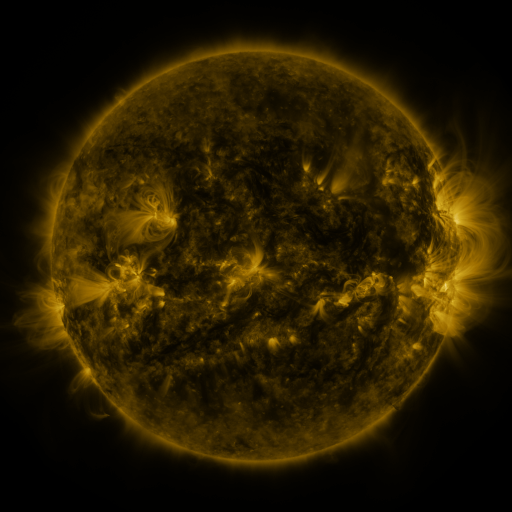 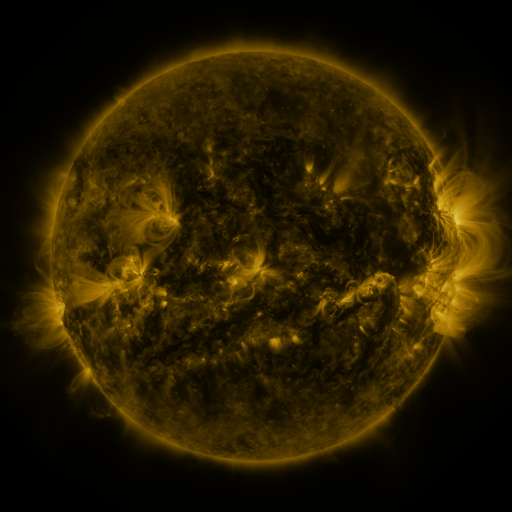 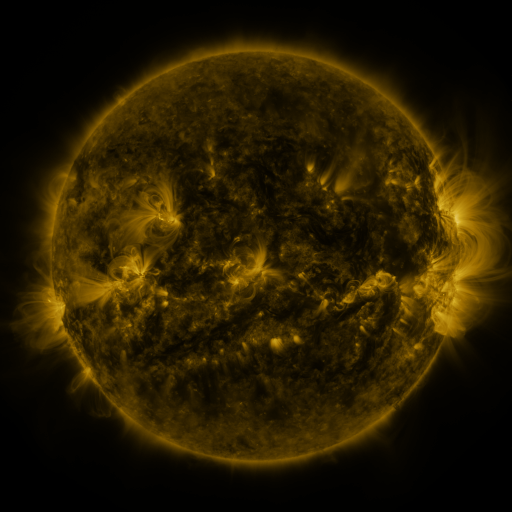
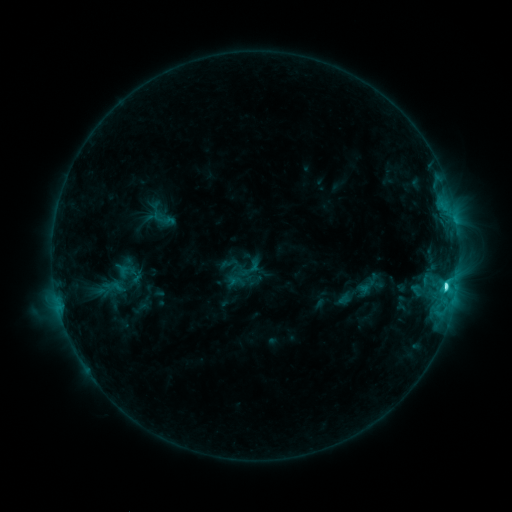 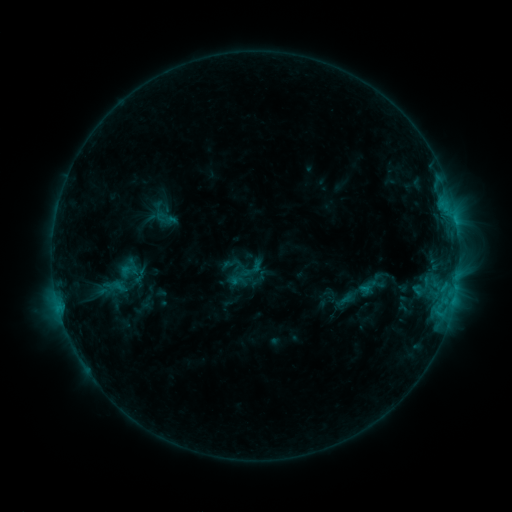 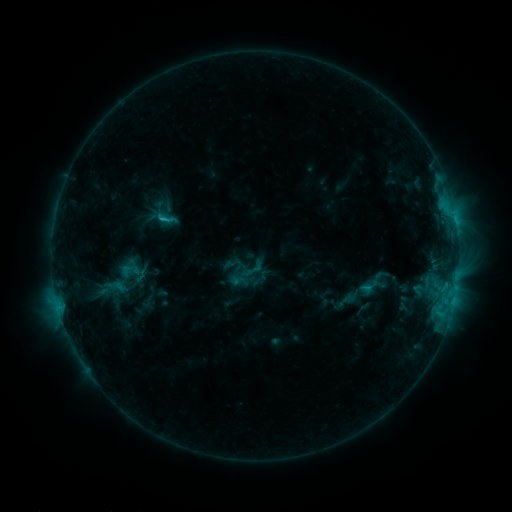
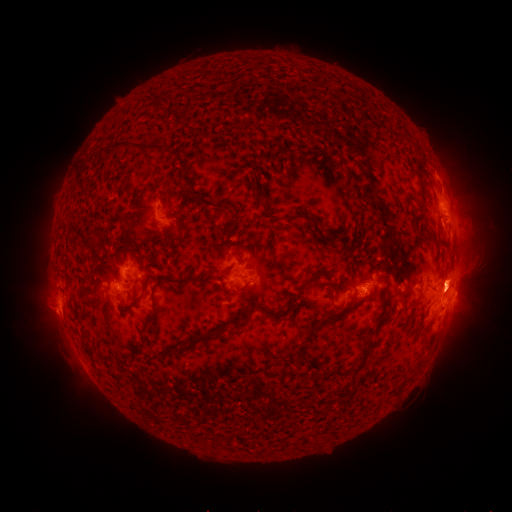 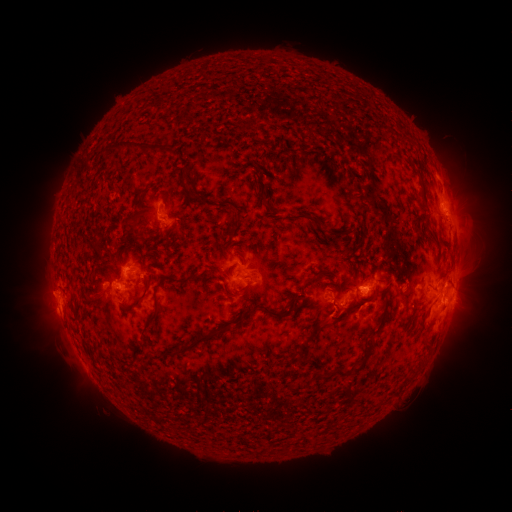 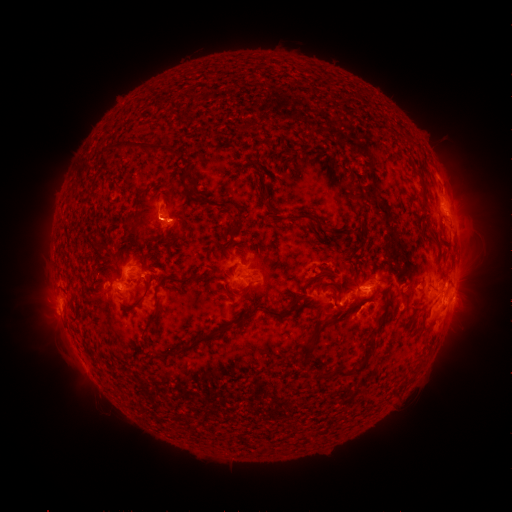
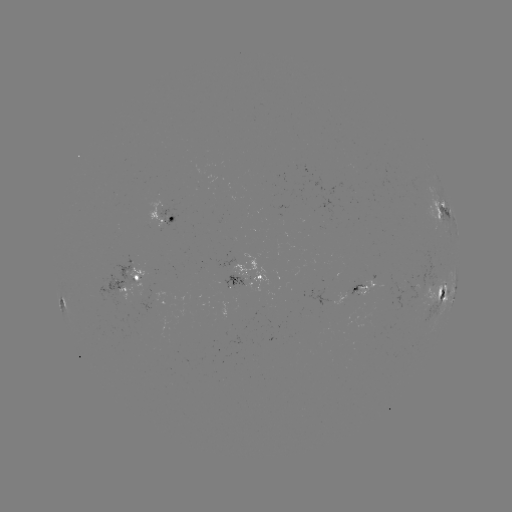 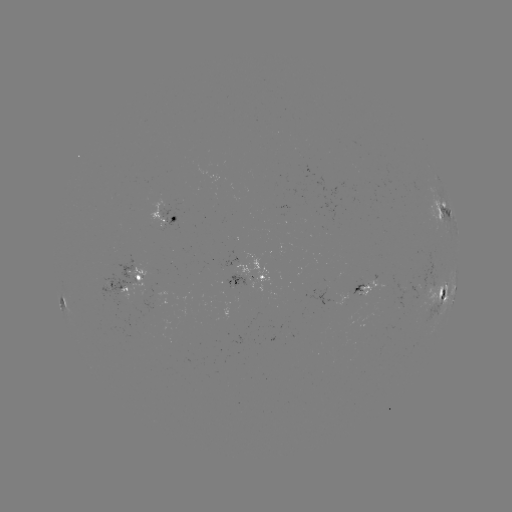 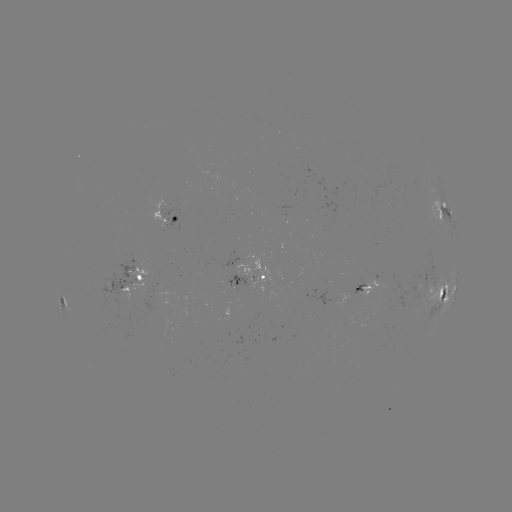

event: emerging-flux region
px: (144, 284)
